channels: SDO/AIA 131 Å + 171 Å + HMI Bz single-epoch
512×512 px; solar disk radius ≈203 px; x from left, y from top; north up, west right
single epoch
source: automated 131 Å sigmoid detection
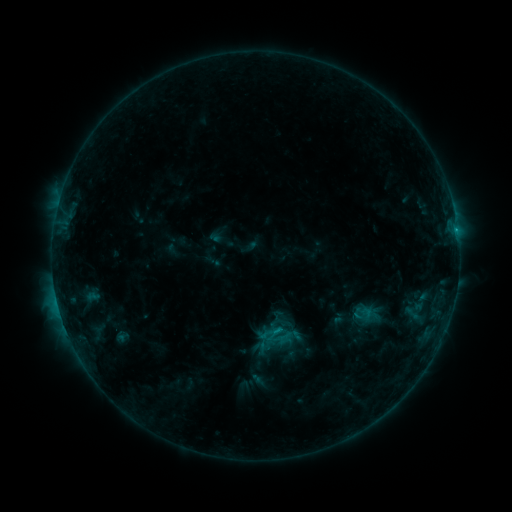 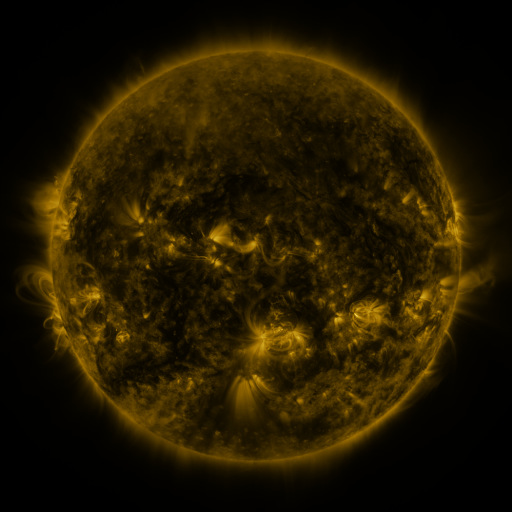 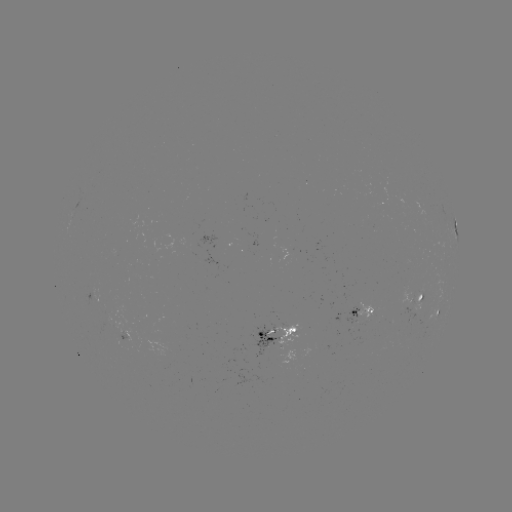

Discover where sigmoid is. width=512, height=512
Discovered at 365,315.